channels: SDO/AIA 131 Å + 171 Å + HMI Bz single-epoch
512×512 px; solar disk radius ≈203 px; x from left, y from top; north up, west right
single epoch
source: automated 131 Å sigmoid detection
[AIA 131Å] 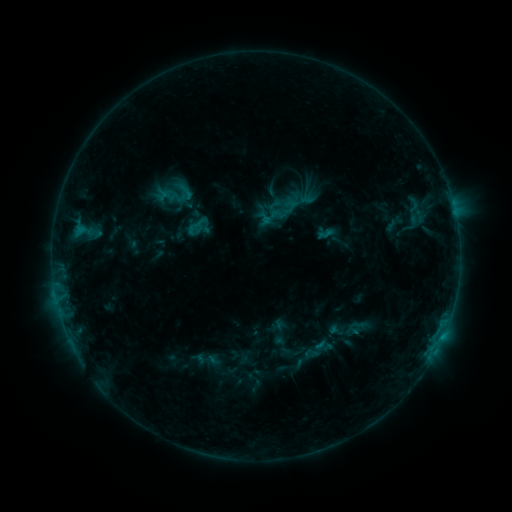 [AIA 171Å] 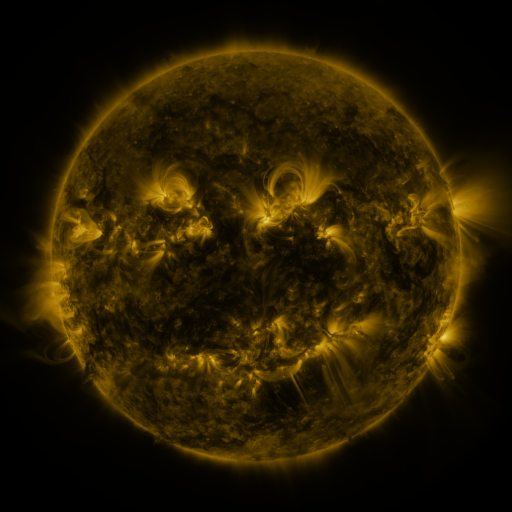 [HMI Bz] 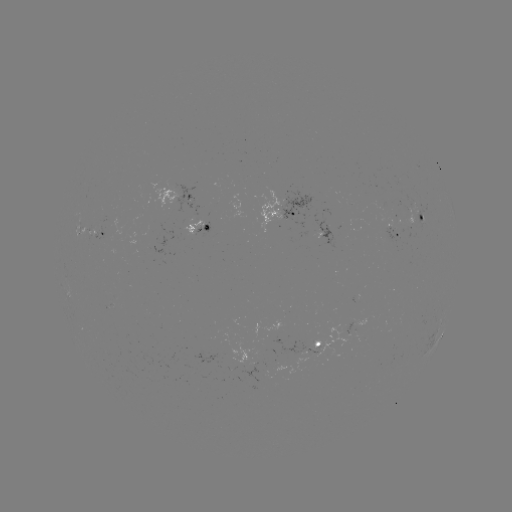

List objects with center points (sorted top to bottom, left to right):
sigmoid: [266, 190, 303, 225]
sigmoid: [346, 316, 367, 338]
